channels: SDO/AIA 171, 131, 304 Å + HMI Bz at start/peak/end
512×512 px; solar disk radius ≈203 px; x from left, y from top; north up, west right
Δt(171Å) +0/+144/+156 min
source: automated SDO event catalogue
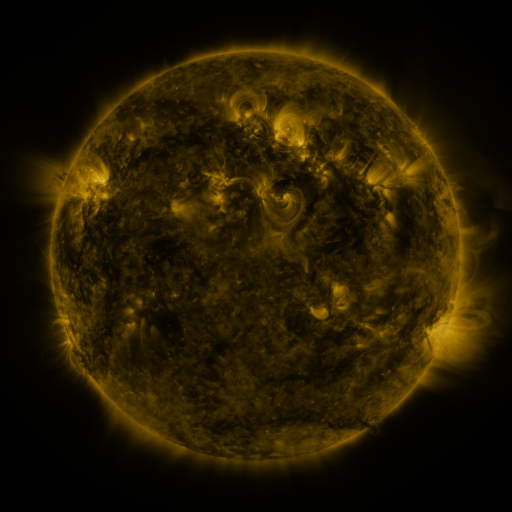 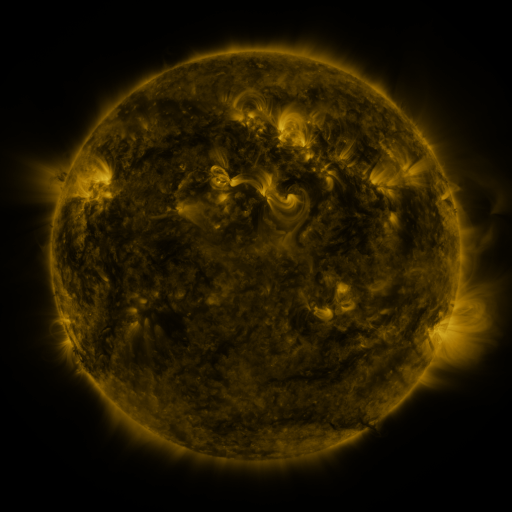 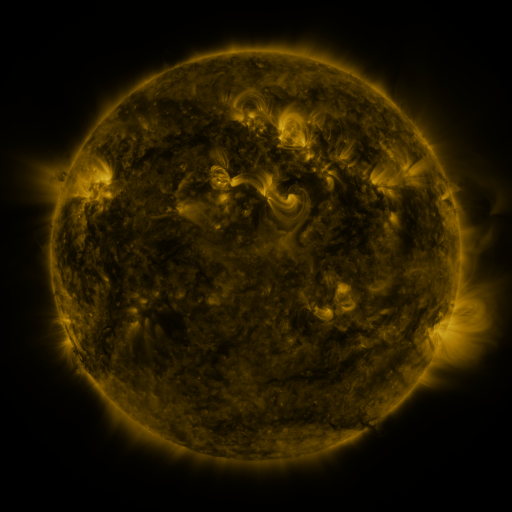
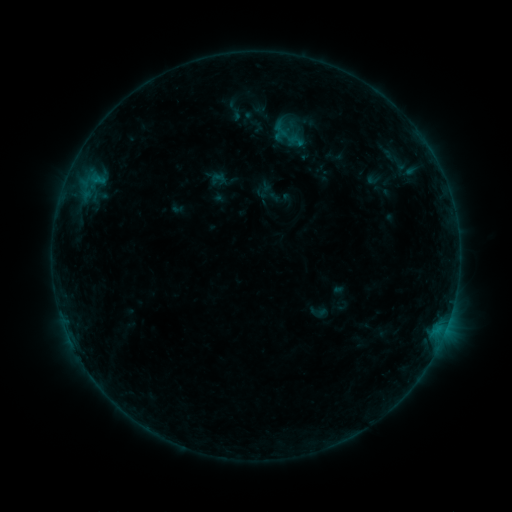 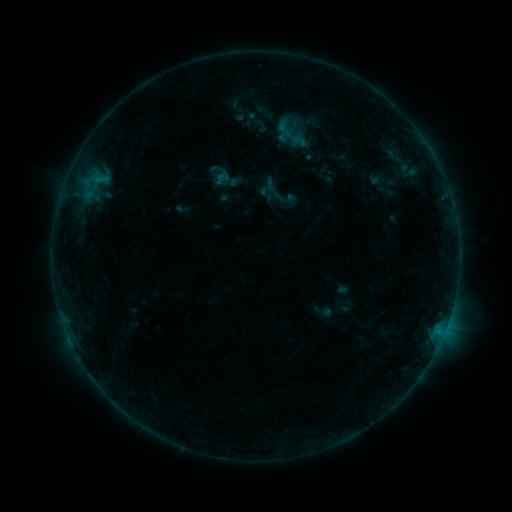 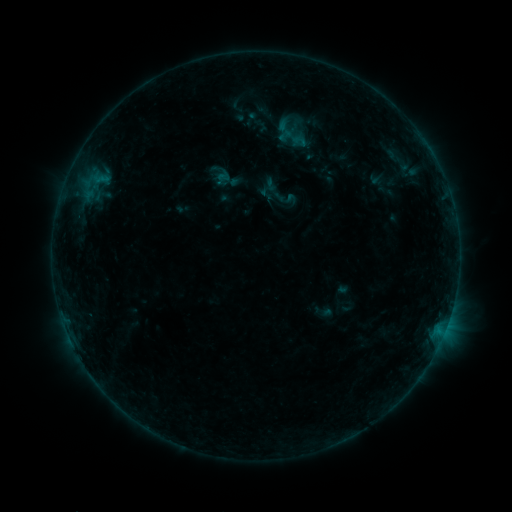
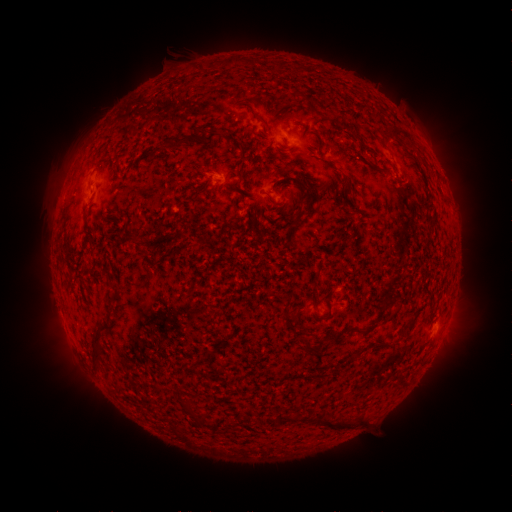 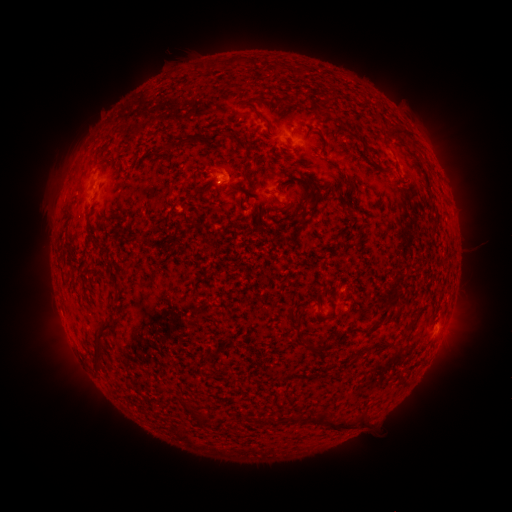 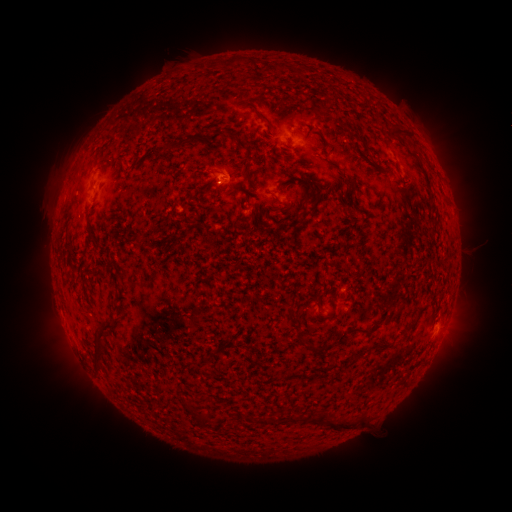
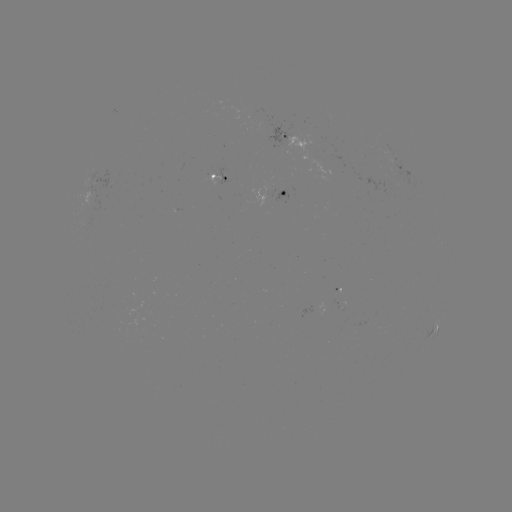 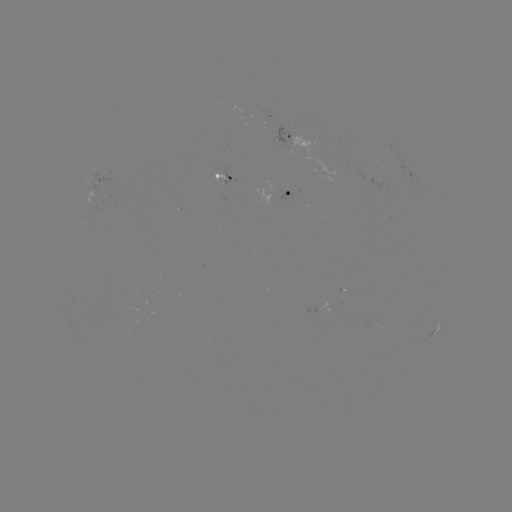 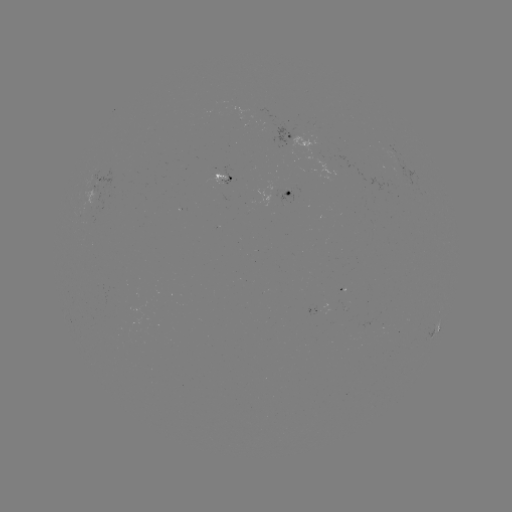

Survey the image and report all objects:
emerging-flux region: (216, 173)
